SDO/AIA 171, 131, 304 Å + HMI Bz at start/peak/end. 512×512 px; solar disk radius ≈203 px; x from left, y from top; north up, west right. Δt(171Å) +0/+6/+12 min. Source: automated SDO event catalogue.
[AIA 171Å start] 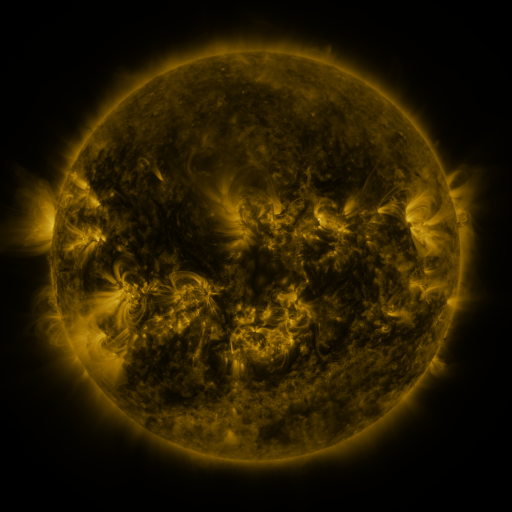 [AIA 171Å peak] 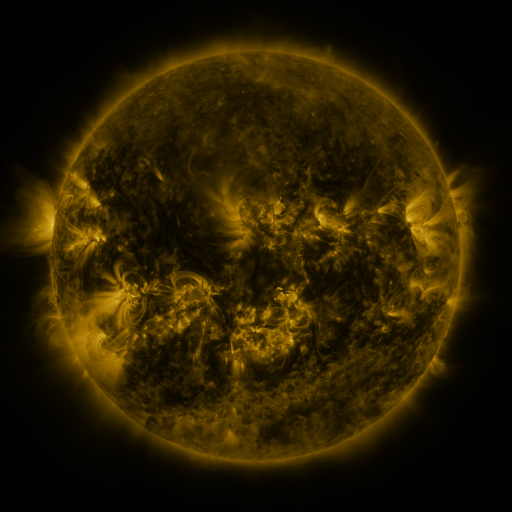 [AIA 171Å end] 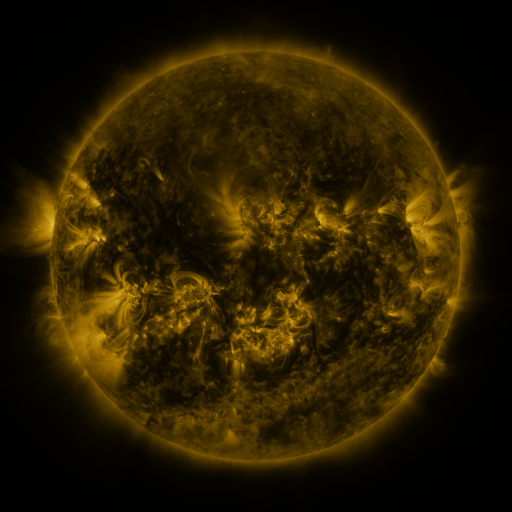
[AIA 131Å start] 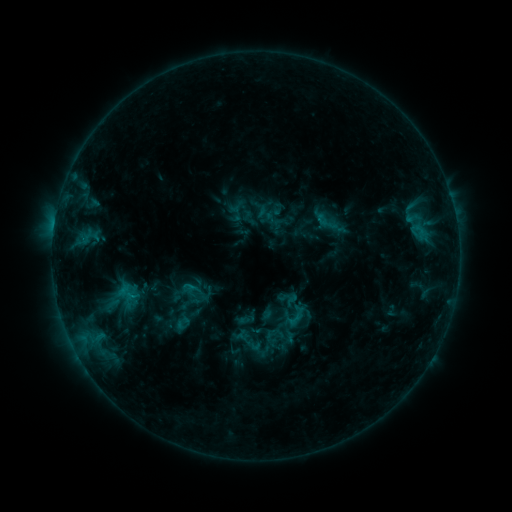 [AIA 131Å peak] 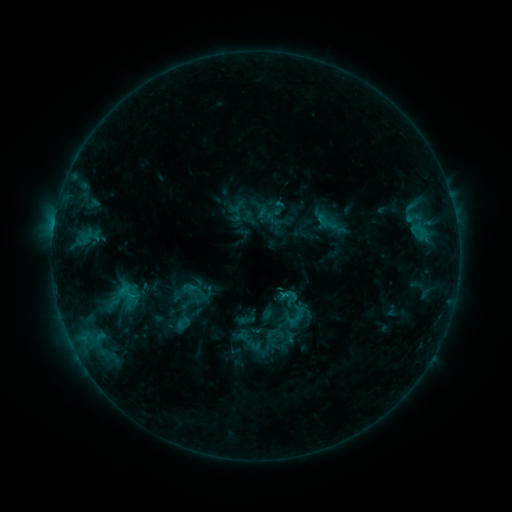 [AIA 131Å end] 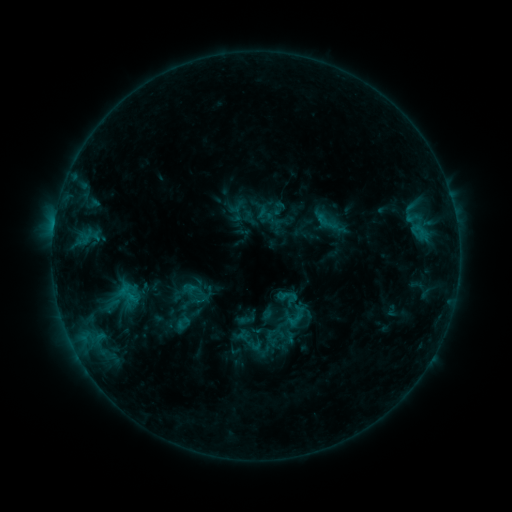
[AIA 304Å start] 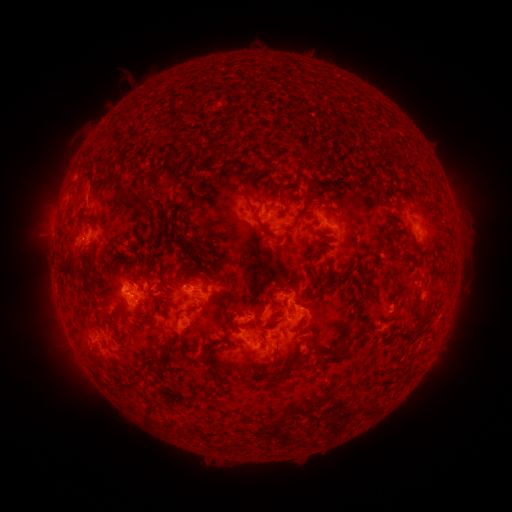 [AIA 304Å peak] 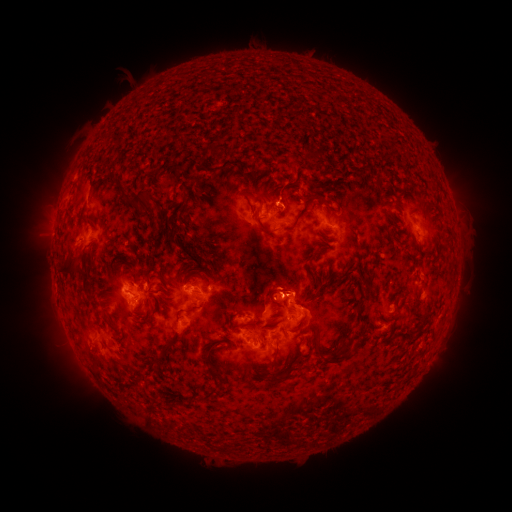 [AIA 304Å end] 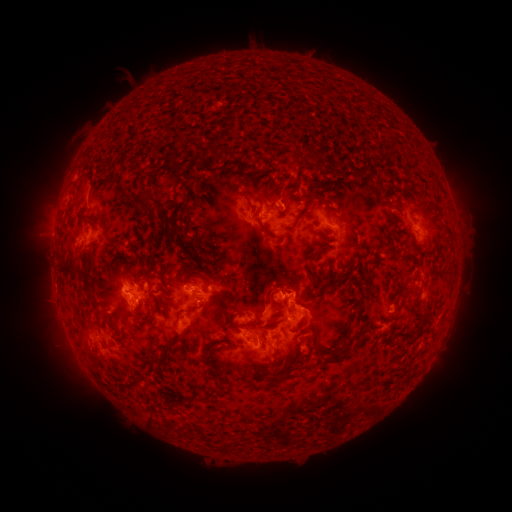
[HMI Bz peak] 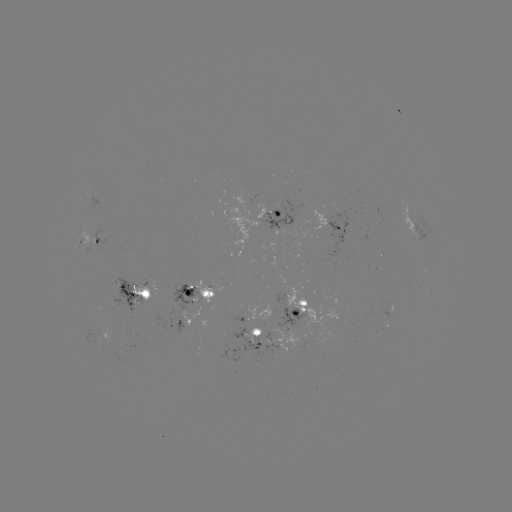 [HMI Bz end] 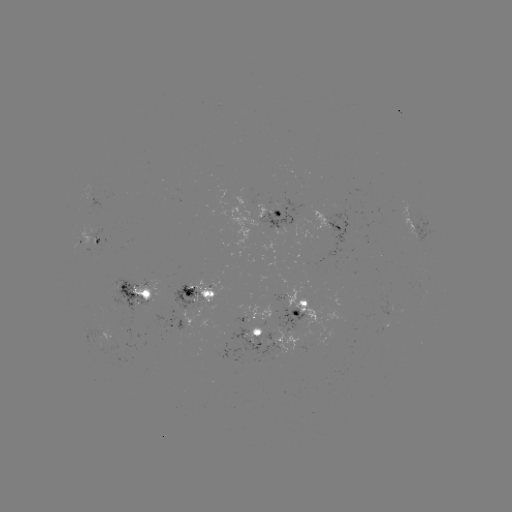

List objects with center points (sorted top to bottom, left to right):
eruption: (283, 288)
